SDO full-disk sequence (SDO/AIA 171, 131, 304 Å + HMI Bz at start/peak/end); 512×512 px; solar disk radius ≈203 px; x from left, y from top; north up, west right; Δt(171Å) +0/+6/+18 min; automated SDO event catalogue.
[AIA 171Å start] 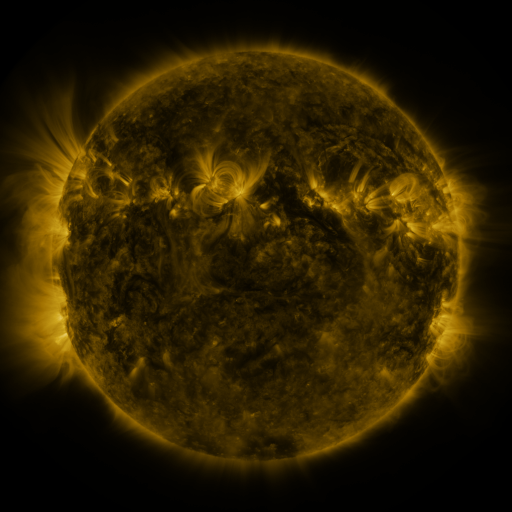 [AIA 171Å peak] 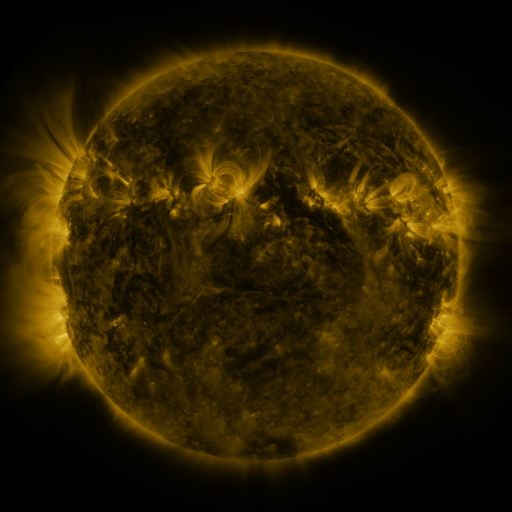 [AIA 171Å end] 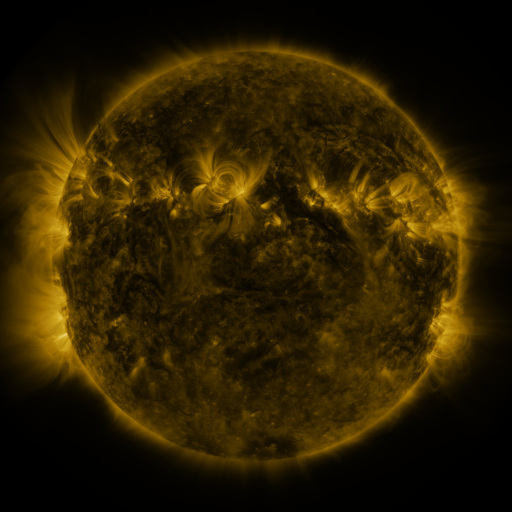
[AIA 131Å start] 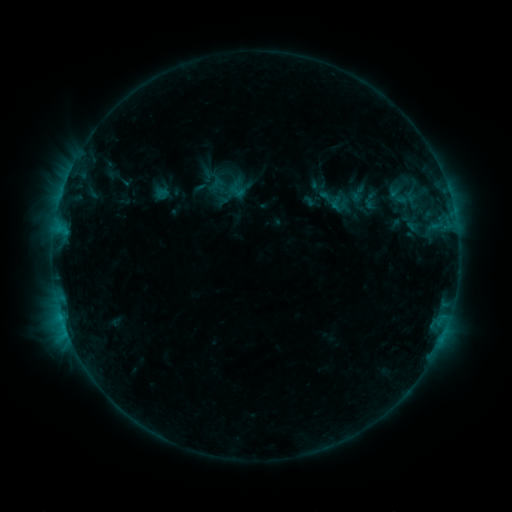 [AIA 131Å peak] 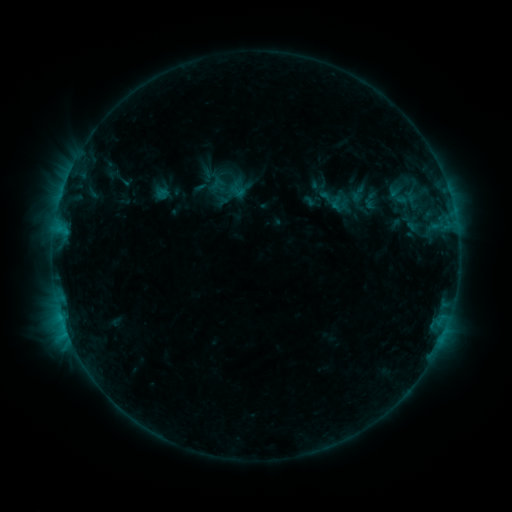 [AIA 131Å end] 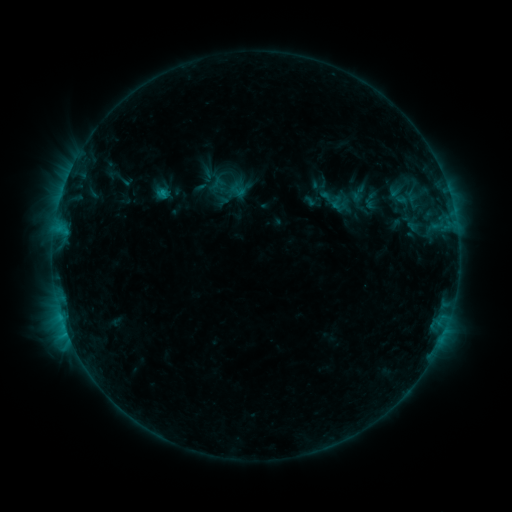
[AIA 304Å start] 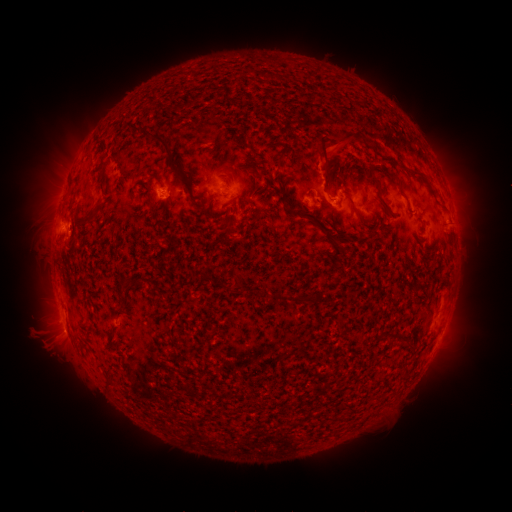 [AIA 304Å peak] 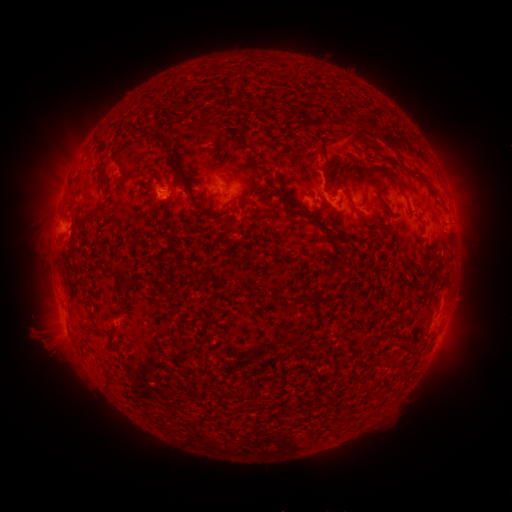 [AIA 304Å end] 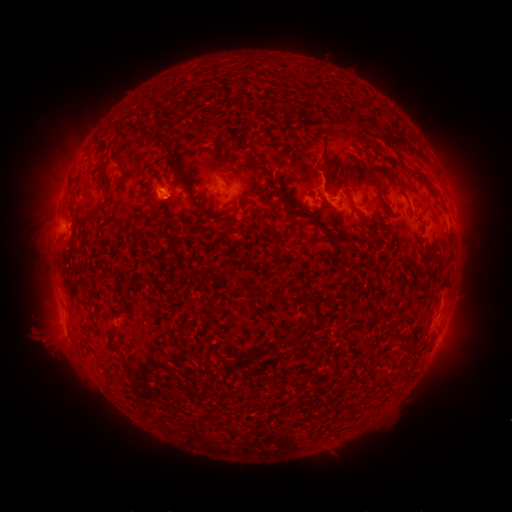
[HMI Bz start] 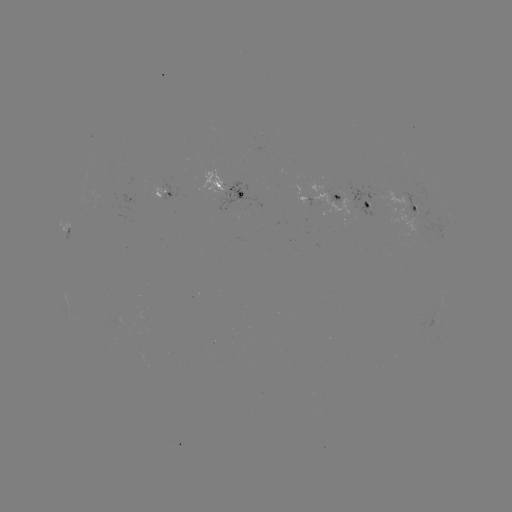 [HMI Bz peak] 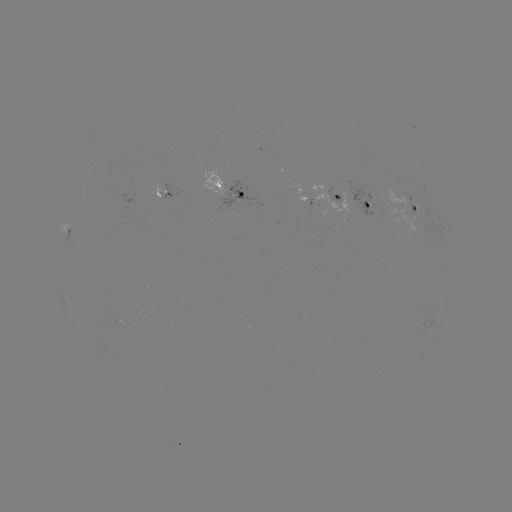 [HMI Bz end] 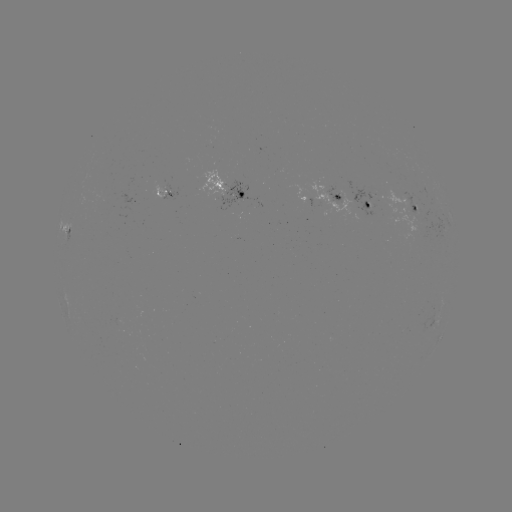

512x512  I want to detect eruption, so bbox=[303, 126, 357, 177].